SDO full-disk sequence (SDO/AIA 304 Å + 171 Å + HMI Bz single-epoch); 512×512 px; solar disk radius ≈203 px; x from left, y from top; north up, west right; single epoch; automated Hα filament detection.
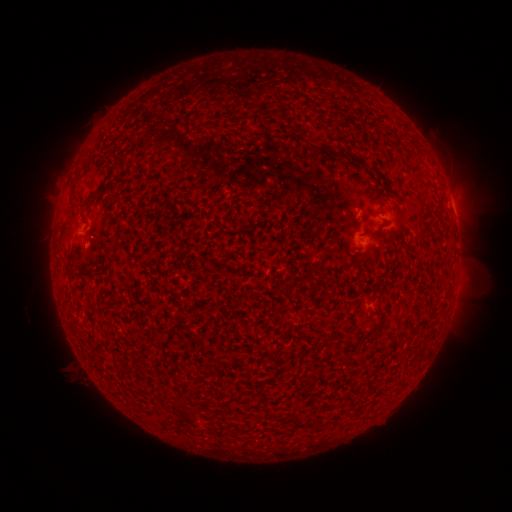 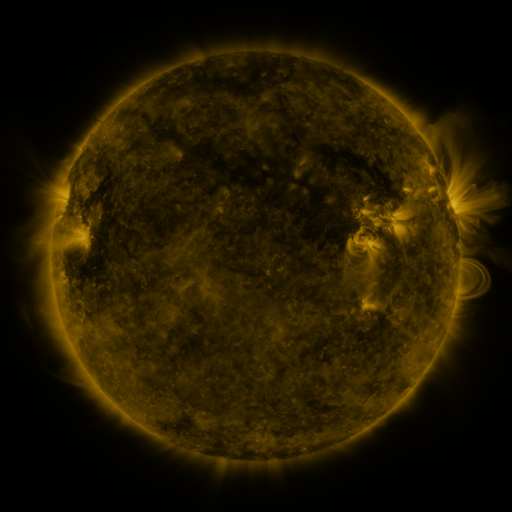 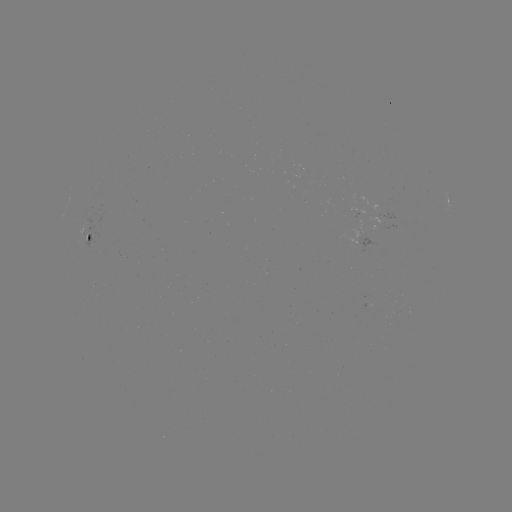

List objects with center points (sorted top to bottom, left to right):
filament: (307, 144)
filament: (85, 202)
filament: (65, 226)
filament: (363, 337)
filament: (301, 421)
